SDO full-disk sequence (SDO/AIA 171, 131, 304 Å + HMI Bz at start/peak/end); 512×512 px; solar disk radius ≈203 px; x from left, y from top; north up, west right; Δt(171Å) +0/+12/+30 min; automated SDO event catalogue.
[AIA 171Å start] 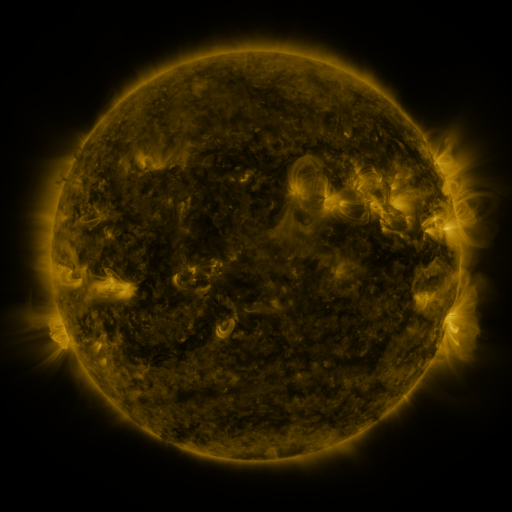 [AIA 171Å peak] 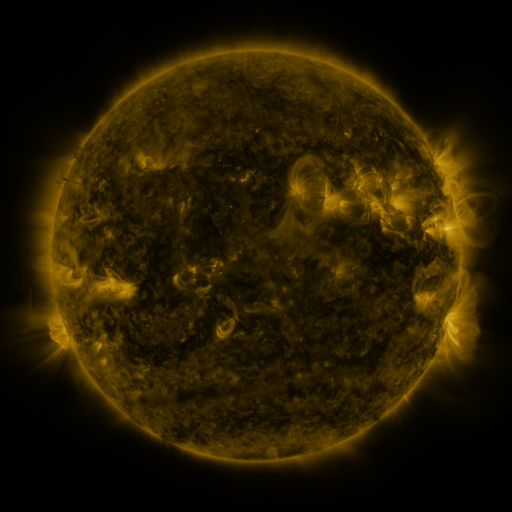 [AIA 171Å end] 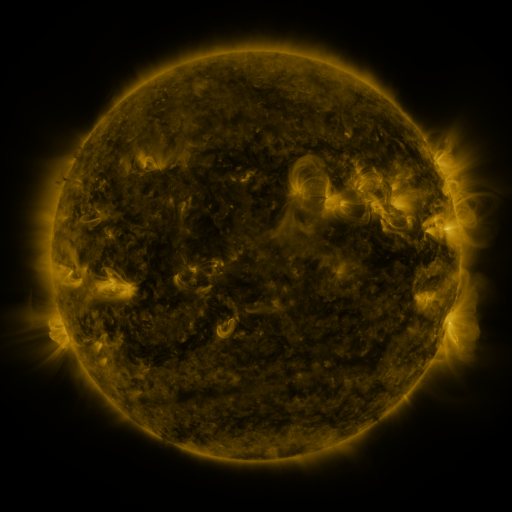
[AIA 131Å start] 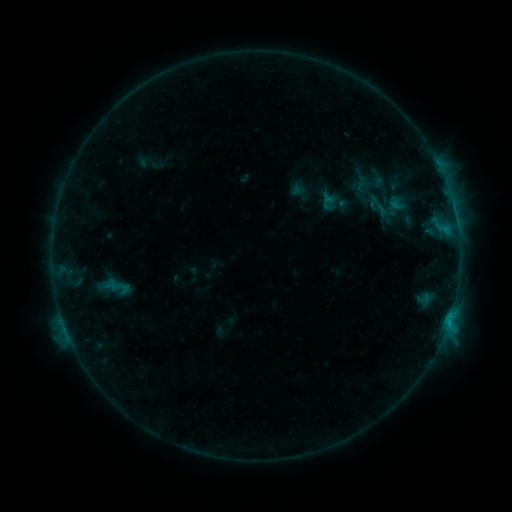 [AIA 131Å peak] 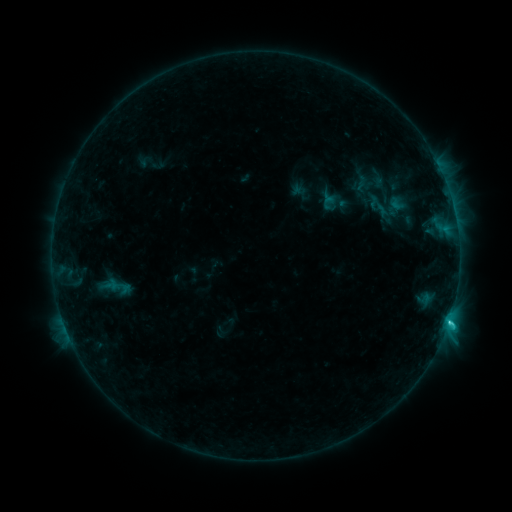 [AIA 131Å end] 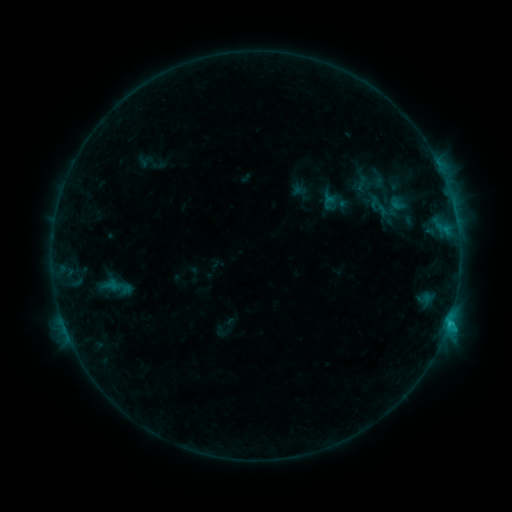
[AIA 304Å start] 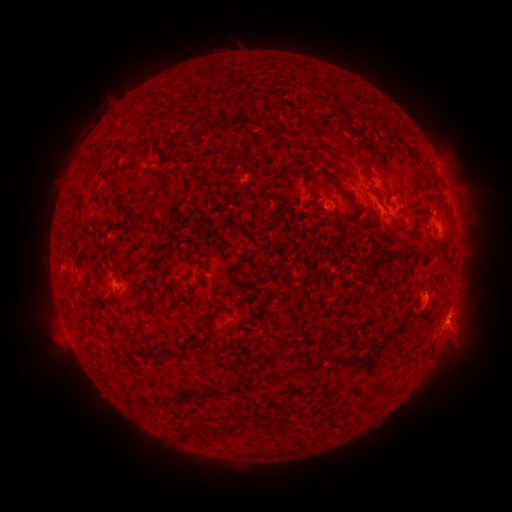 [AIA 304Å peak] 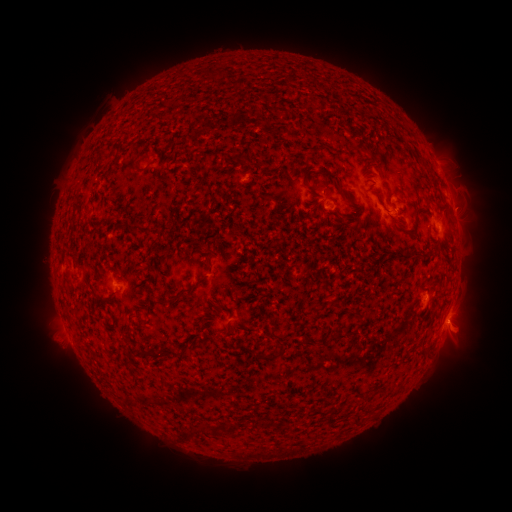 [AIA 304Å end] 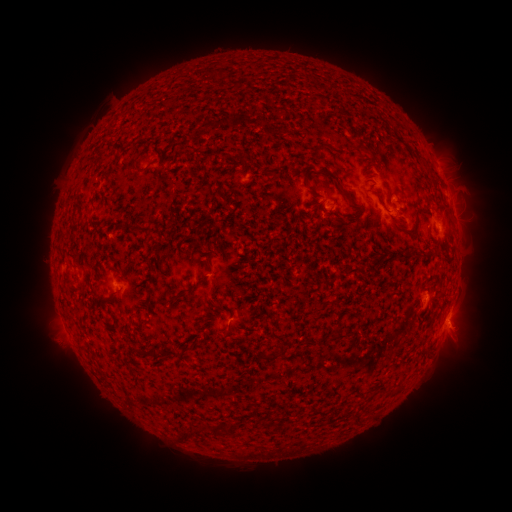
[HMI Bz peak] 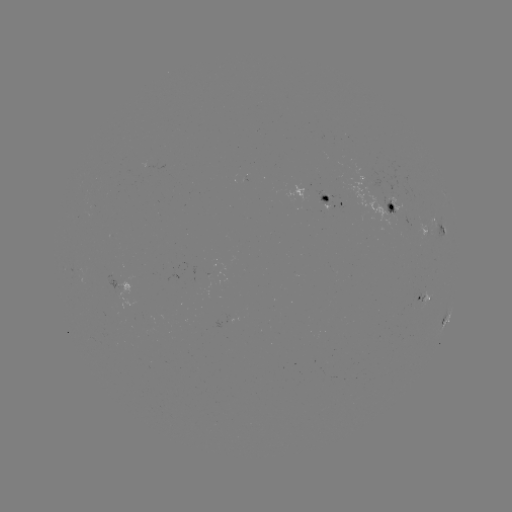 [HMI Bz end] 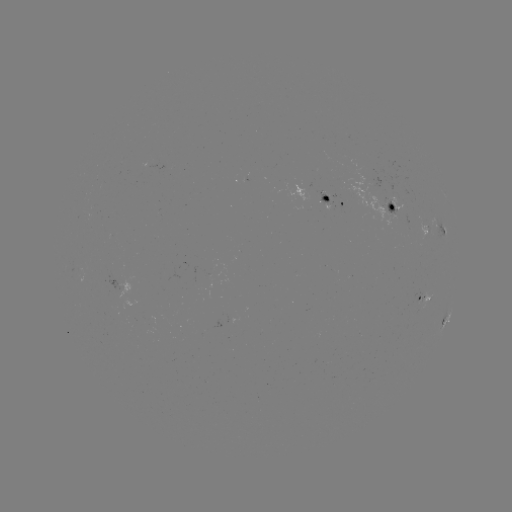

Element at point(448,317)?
C1.4 flare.